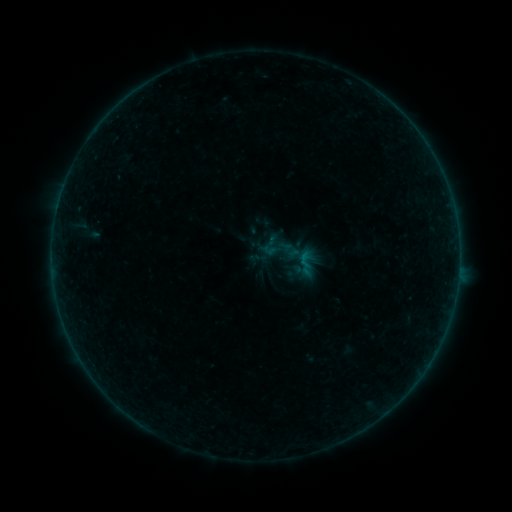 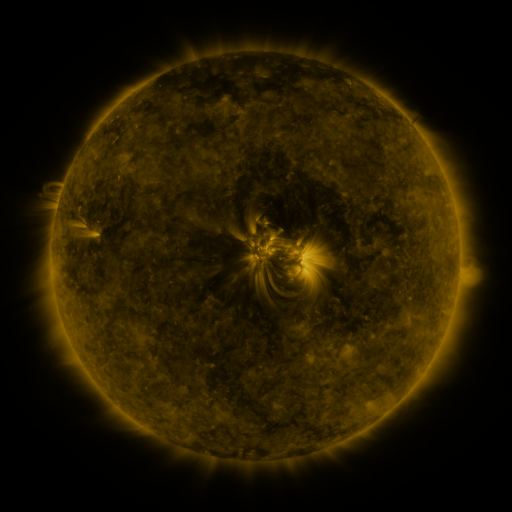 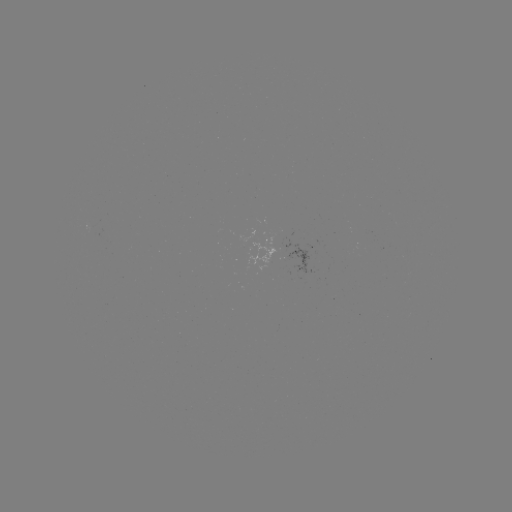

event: sigmoid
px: (306, 262)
